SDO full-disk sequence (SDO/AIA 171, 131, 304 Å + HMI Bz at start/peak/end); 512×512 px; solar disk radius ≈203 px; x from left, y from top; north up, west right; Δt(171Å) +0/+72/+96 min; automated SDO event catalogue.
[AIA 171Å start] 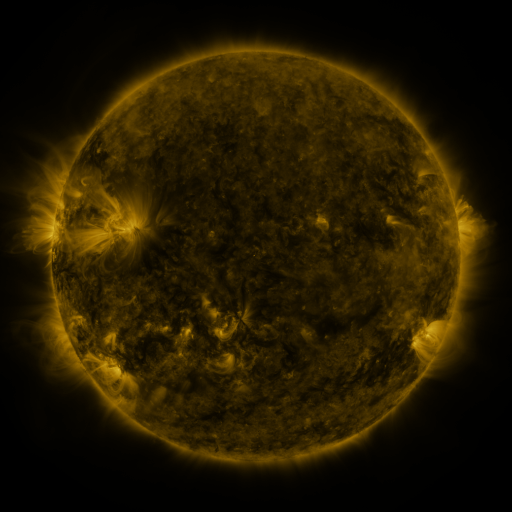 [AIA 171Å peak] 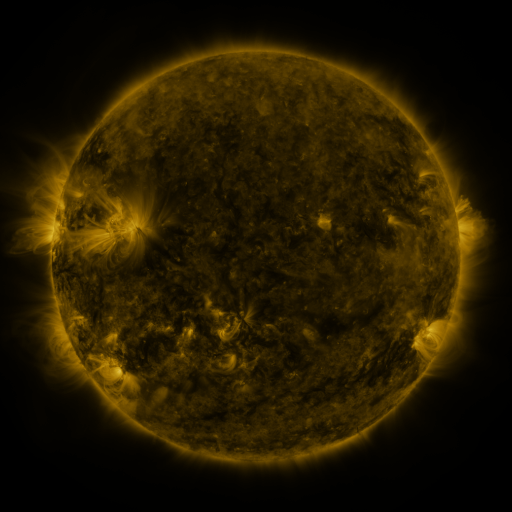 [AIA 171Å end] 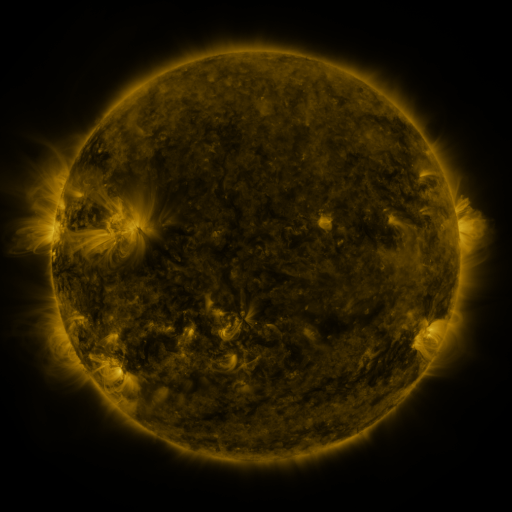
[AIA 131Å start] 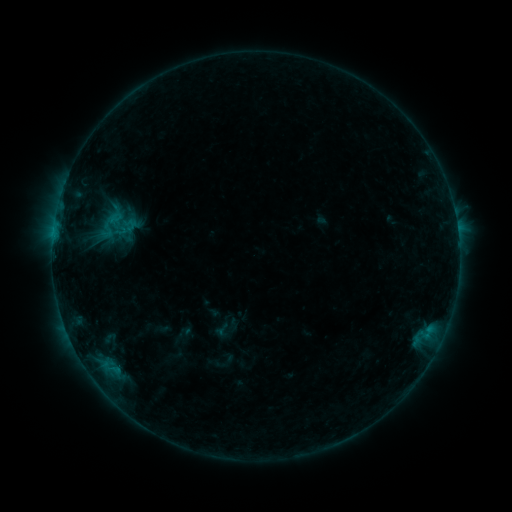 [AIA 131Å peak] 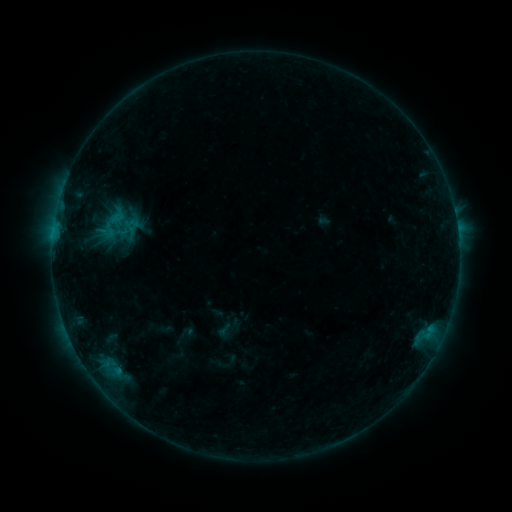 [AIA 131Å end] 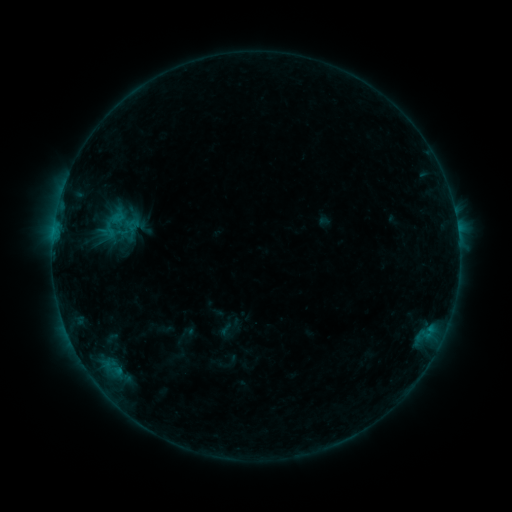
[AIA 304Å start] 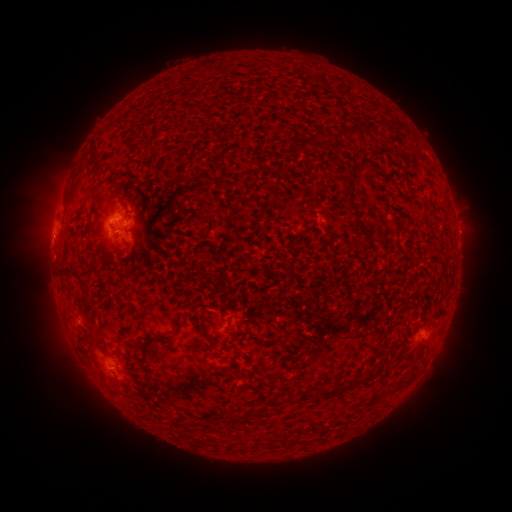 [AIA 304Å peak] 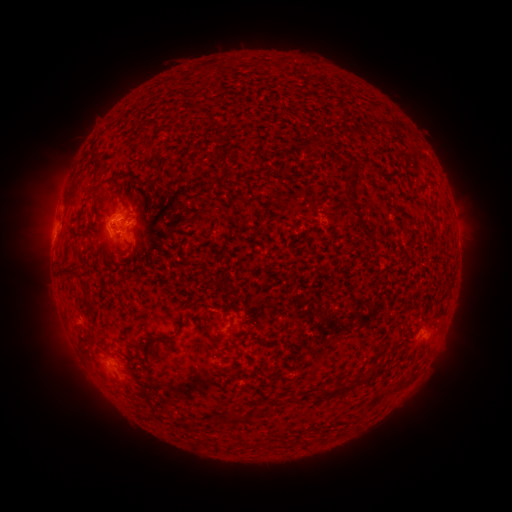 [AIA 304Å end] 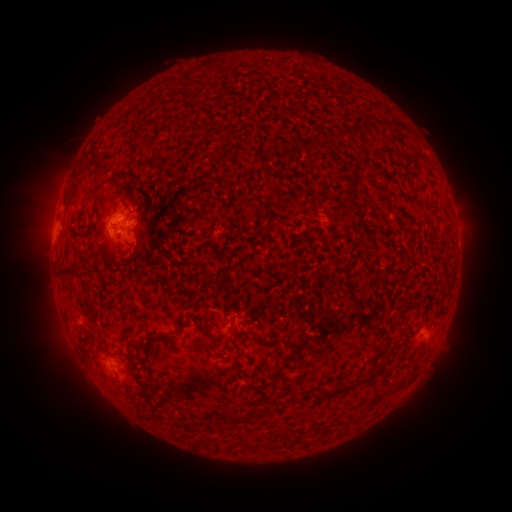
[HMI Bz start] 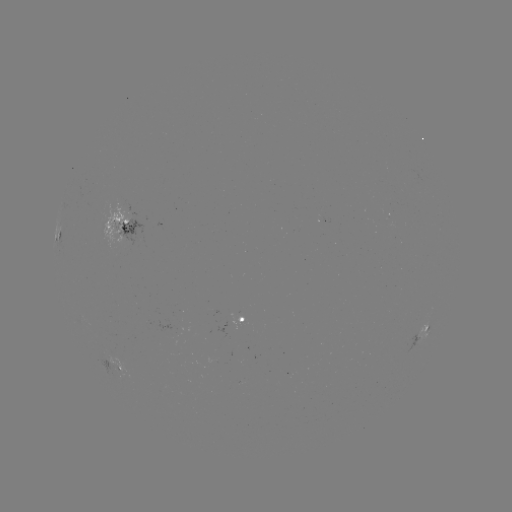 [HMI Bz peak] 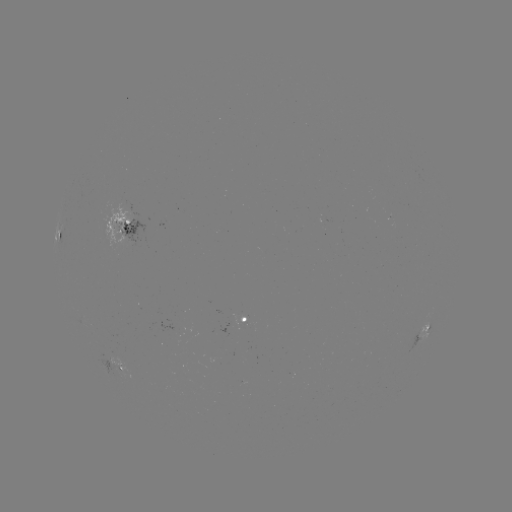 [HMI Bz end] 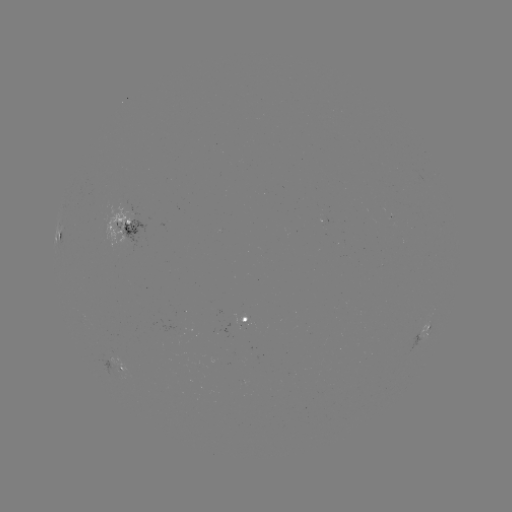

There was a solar emerging-flux region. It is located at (242, 322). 